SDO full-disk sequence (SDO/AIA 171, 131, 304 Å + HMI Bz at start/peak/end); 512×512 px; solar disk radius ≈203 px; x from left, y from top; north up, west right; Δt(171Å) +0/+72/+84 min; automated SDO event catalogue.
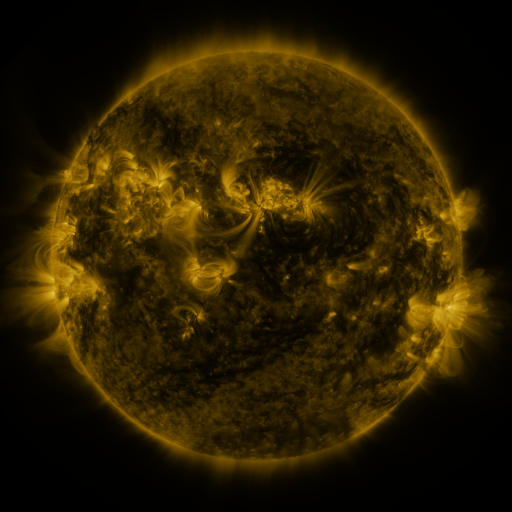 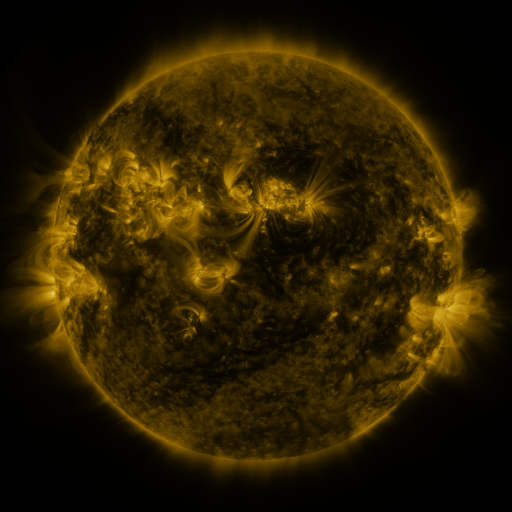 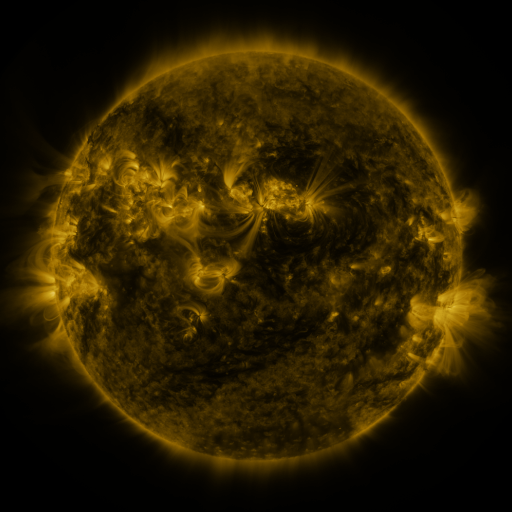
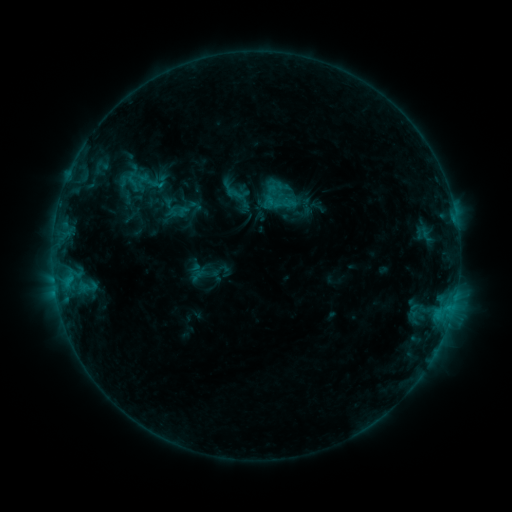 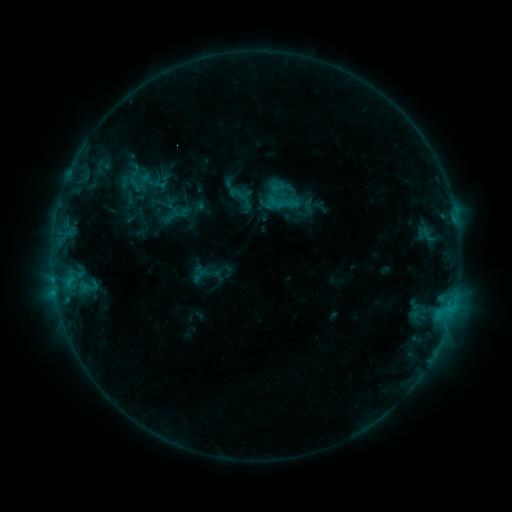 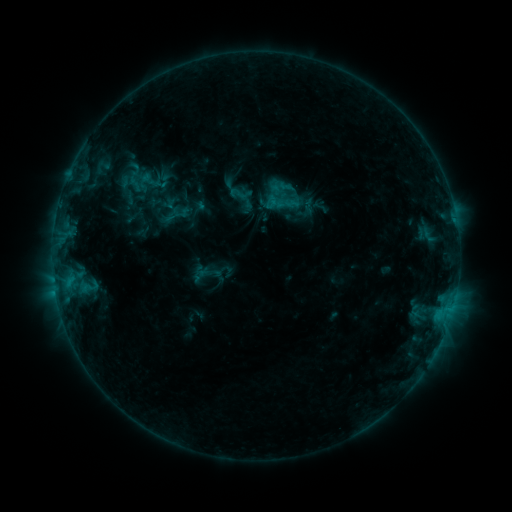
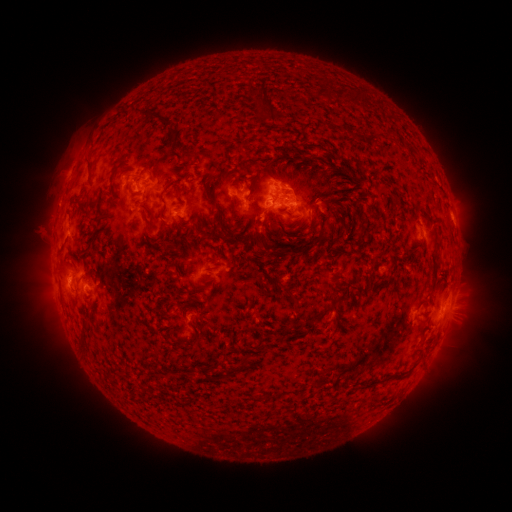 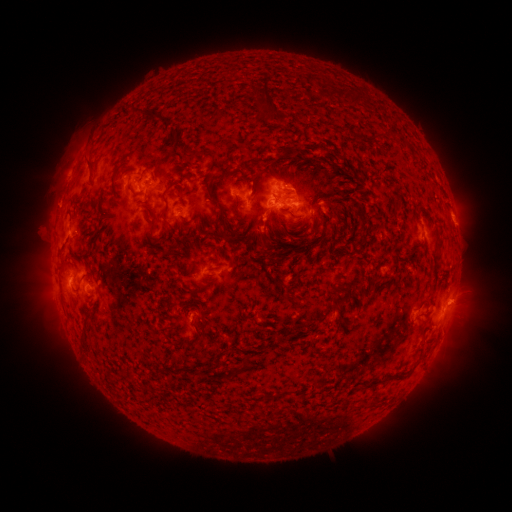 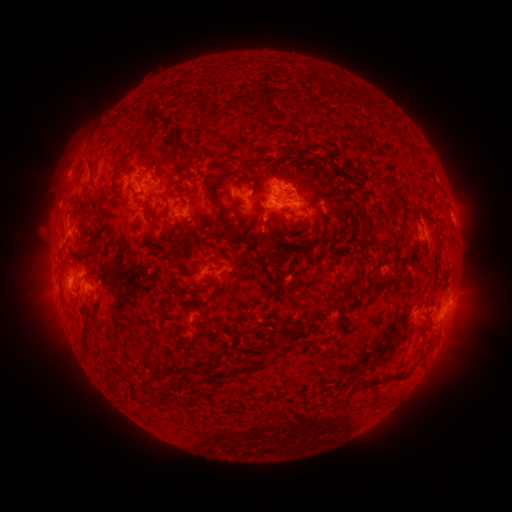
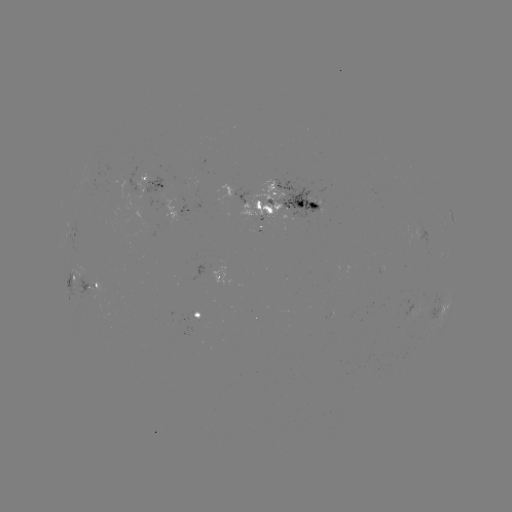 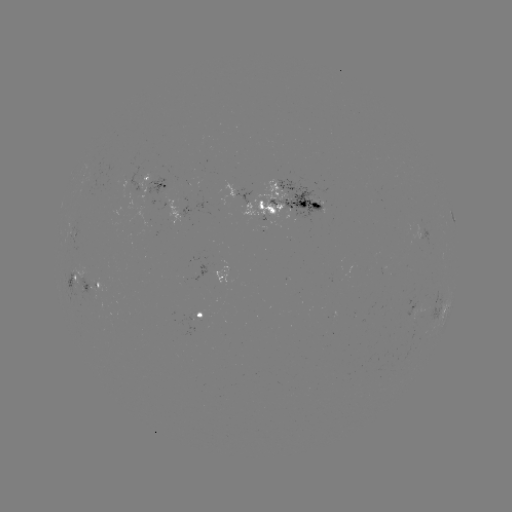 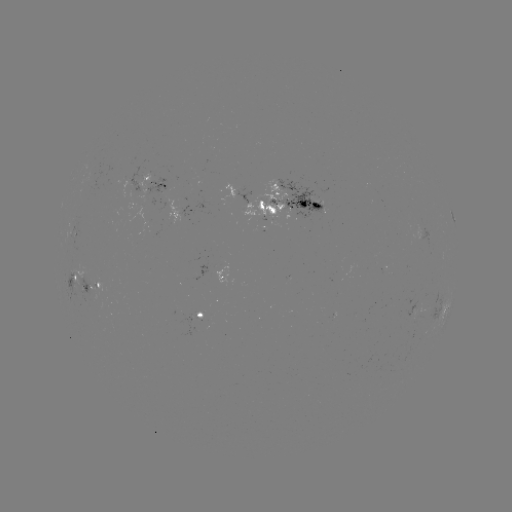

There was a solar emerging-flux region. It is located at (145, 202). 